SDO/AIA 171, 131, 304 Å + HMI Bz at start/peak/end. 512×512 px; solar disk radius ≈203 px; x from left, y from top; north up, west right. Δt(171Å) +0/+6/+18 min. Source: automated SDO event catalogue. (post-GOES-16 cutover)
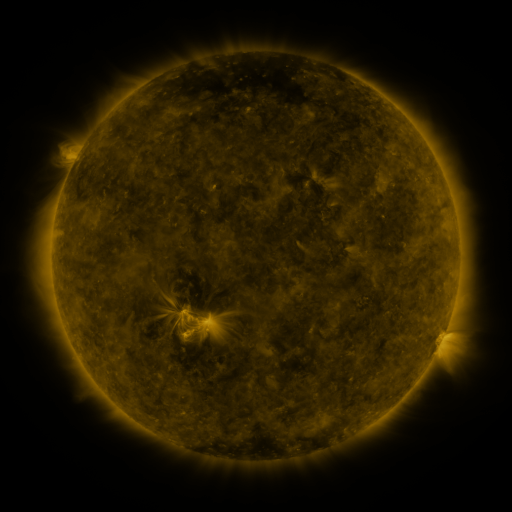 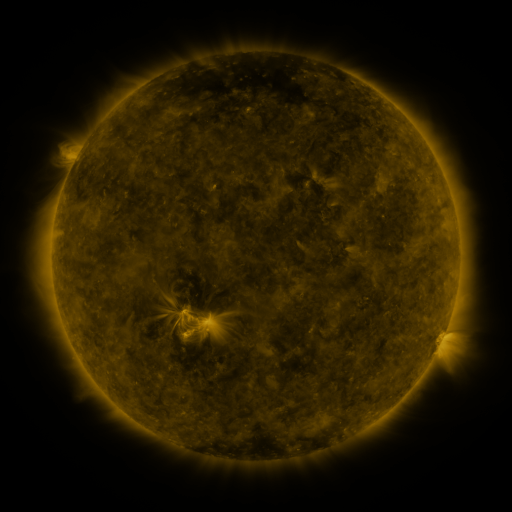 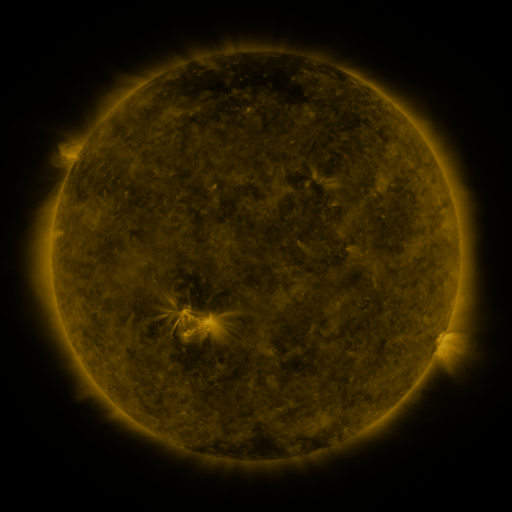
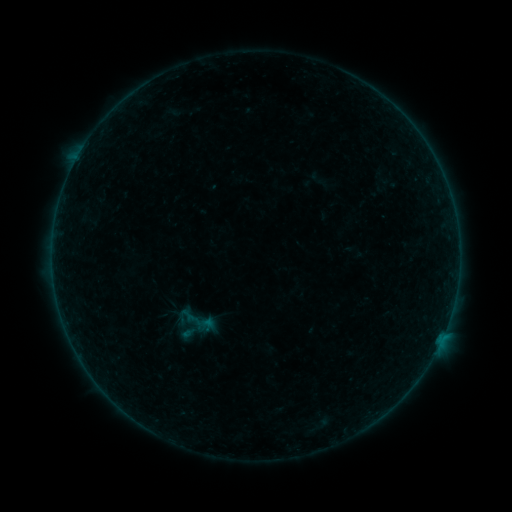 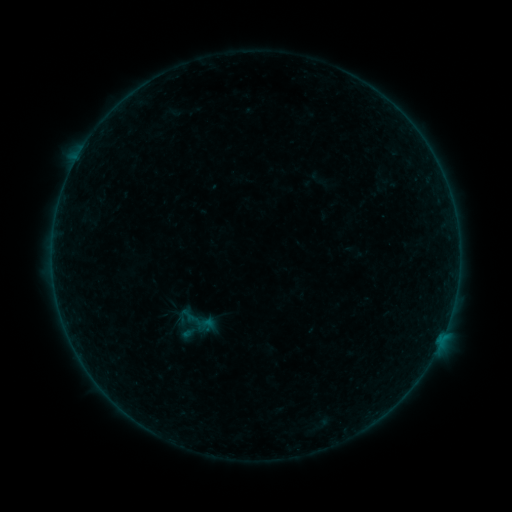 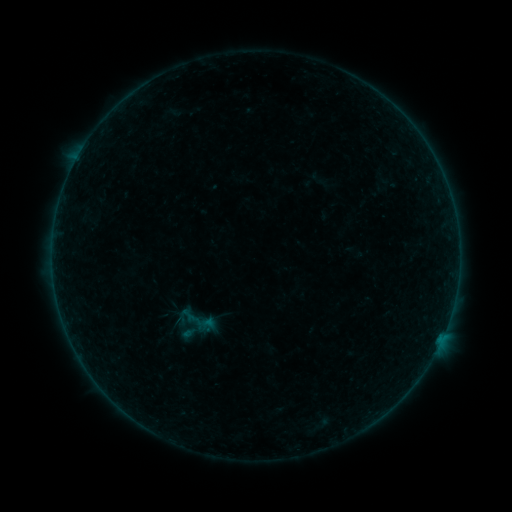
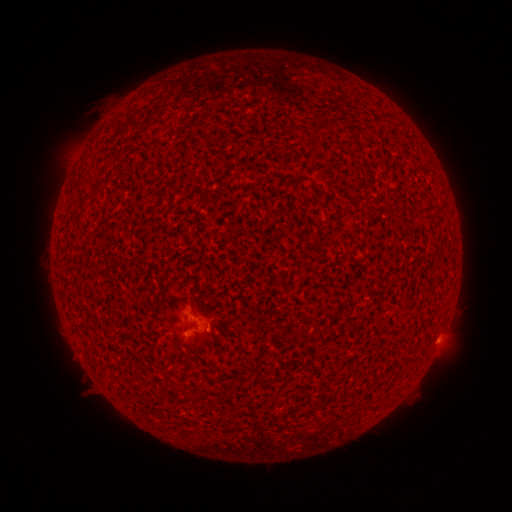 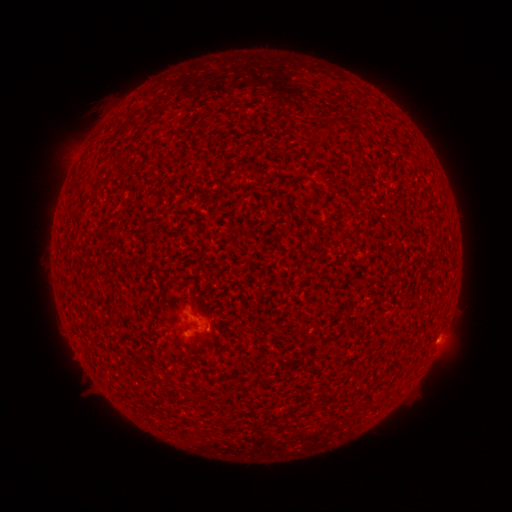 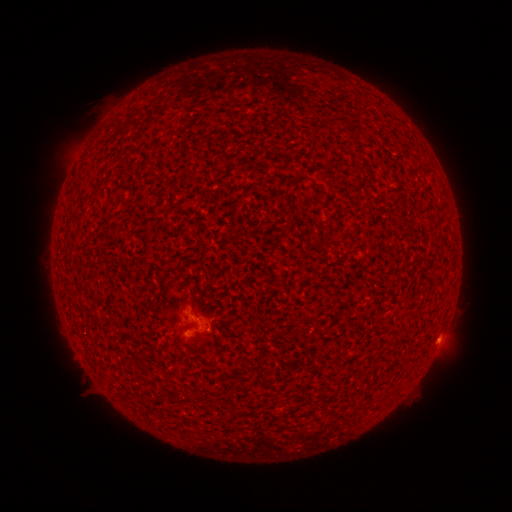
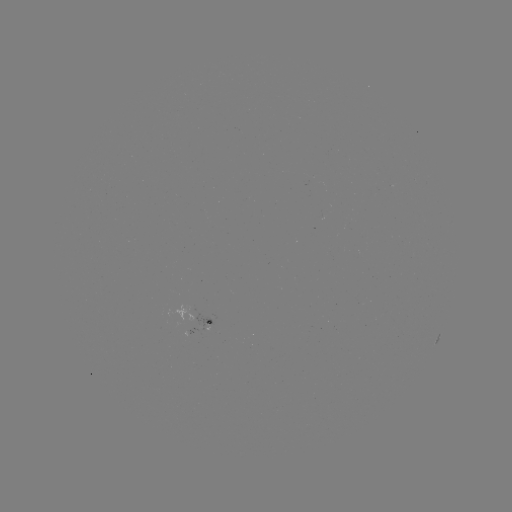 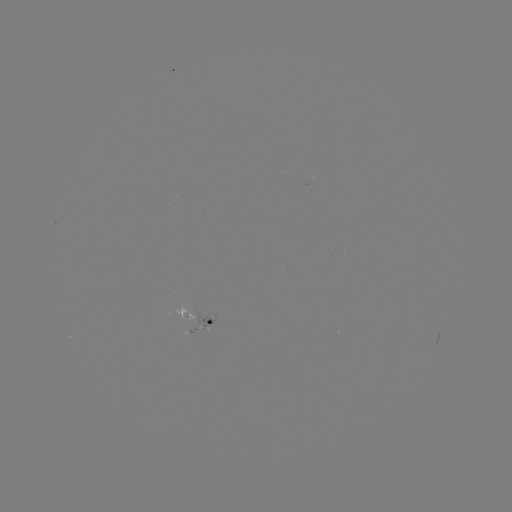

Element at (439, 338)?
B1.0 flare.